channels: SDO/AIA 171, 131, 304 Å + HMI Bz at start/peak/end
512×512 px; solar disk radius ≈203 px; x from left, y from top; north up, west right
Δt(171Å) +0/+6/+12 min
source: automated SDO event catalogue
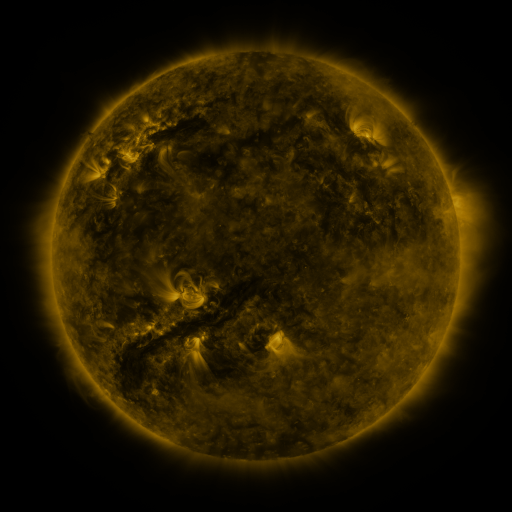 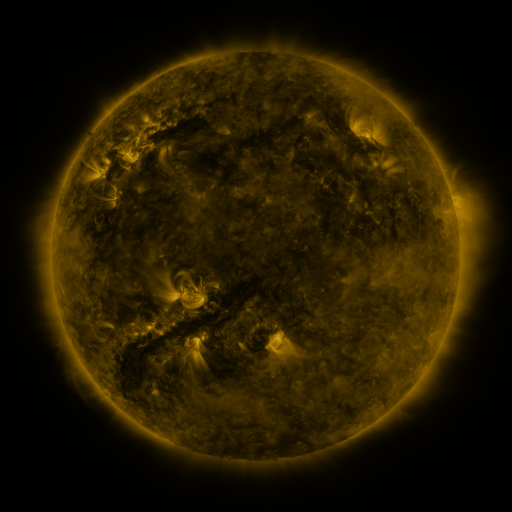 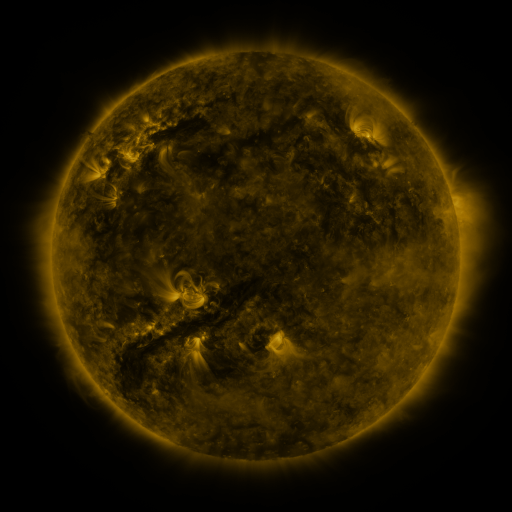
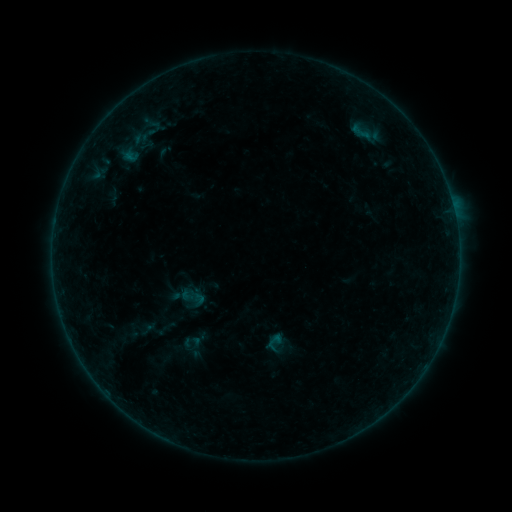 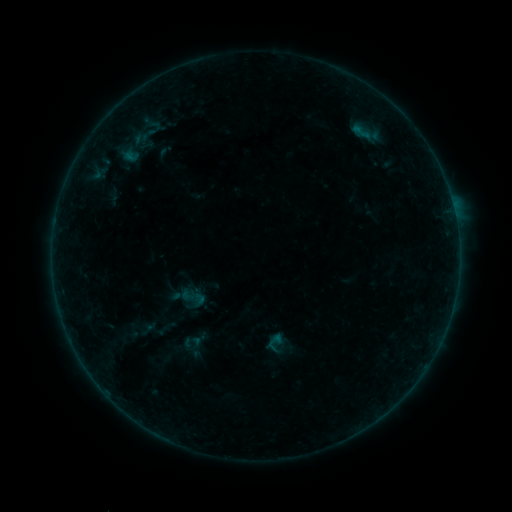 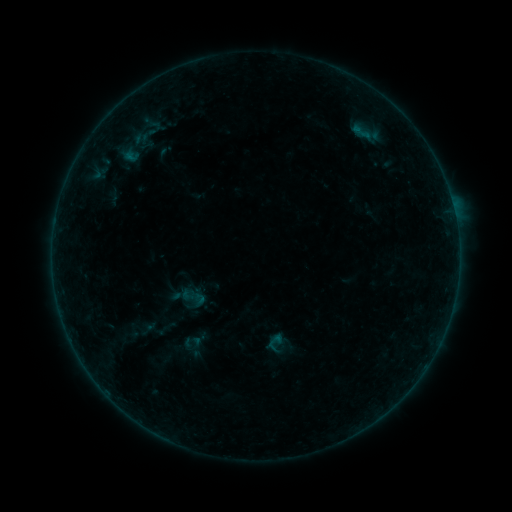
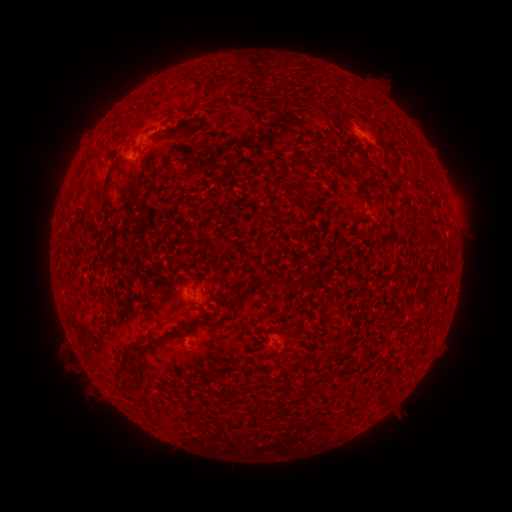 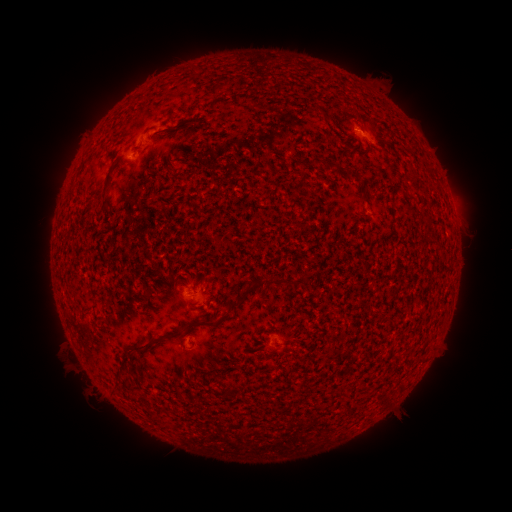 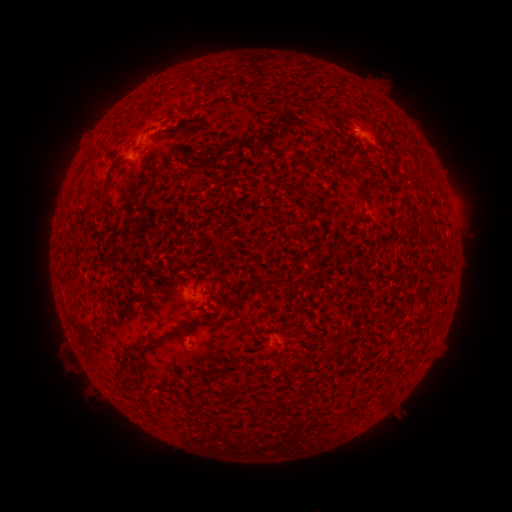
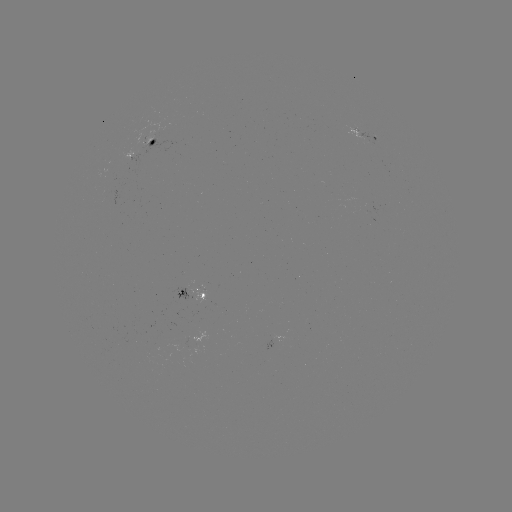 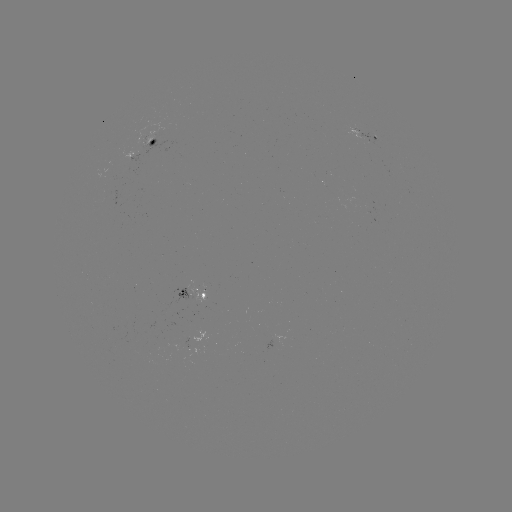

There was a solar flare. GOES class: B1.4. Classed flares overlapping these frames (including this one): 1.